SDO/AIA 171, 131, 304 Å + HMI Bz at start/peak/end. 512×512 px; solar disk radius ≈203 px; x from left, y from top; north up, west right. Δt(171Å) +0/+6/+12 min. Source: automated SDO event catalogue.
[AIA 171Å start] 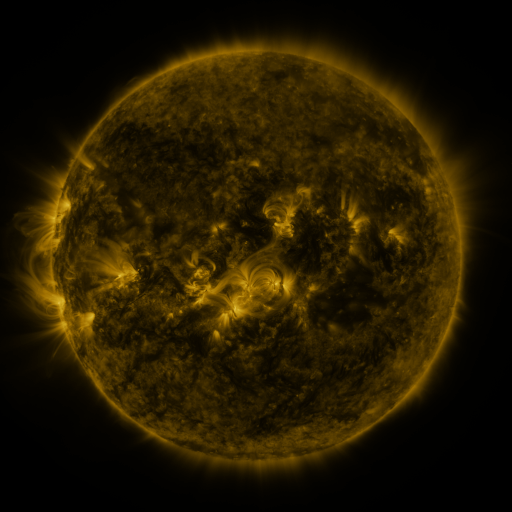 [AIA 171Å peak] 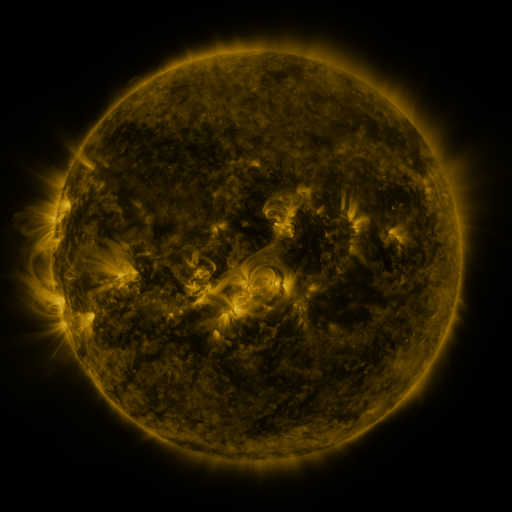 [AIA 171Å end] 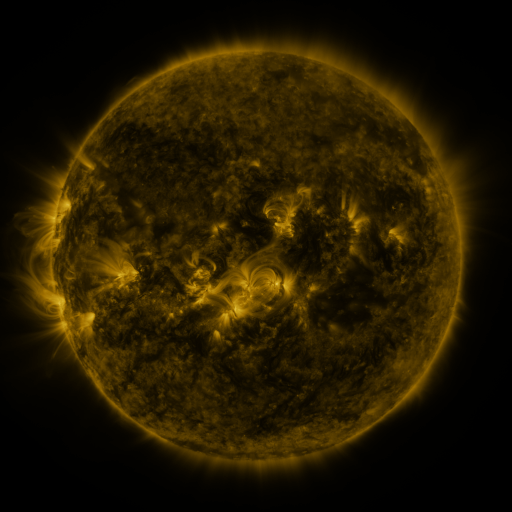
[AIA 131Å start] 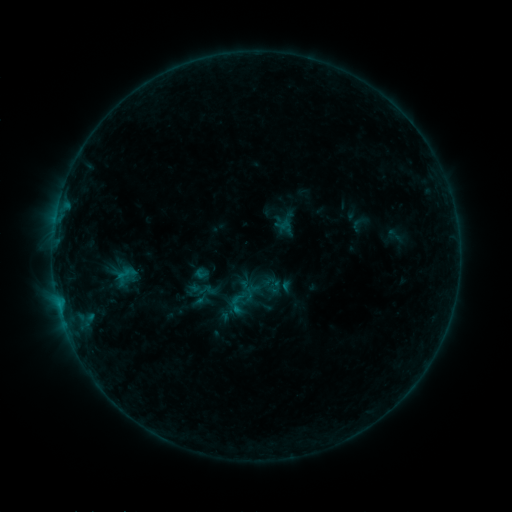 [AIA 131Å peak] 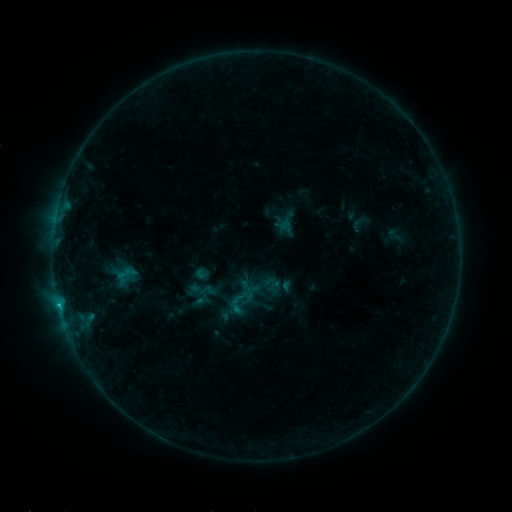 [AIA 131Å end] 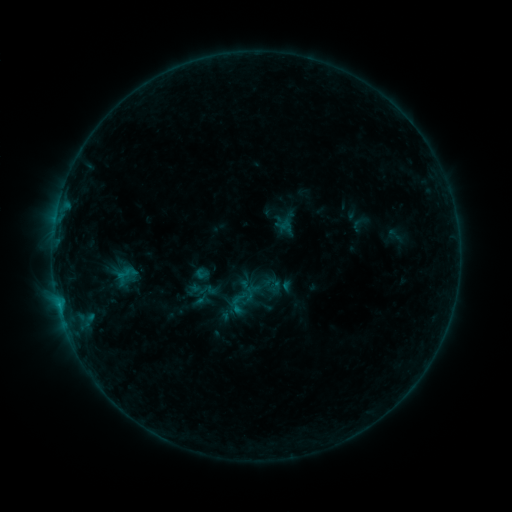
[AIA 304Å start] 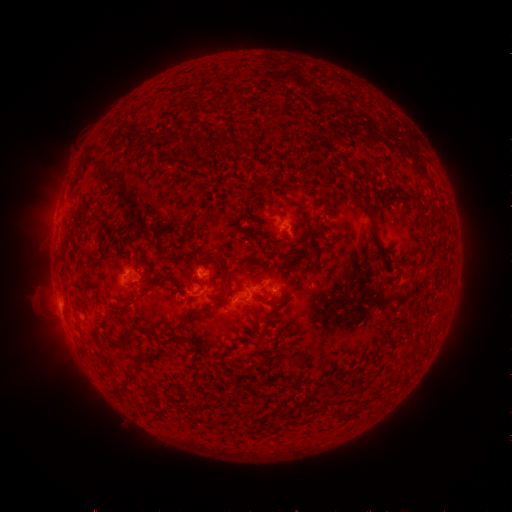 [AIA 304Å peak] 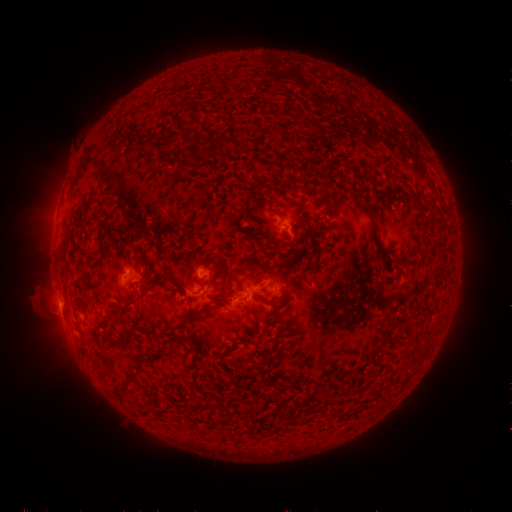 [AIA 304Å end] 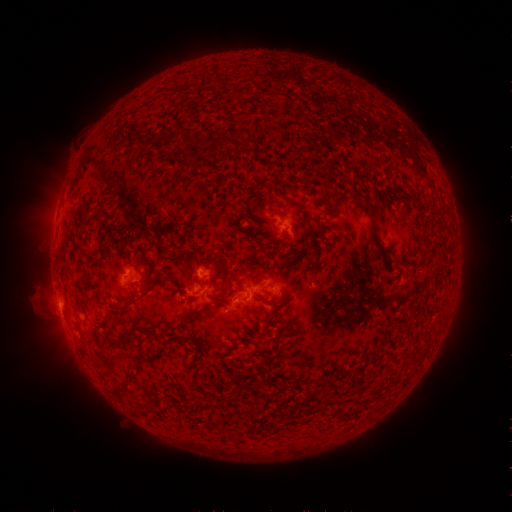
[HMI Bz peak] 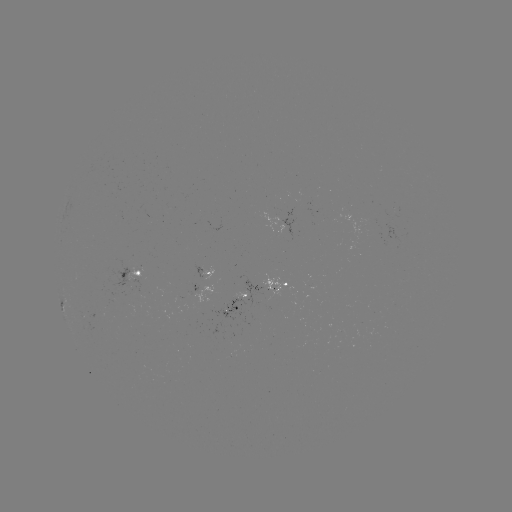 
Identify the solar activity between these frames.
B5.4 flare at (60, 305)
